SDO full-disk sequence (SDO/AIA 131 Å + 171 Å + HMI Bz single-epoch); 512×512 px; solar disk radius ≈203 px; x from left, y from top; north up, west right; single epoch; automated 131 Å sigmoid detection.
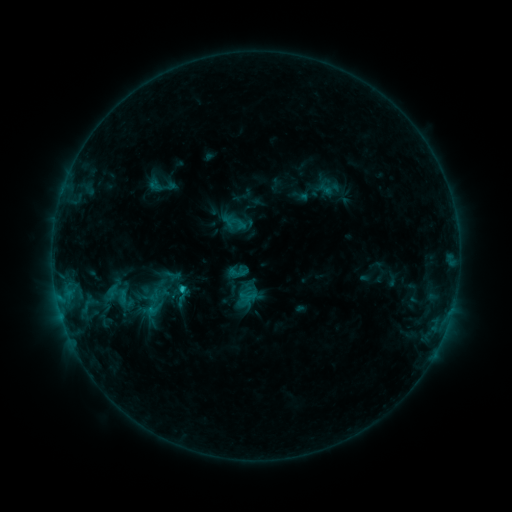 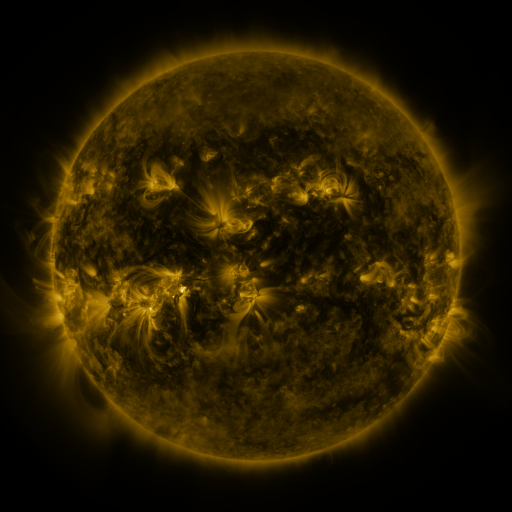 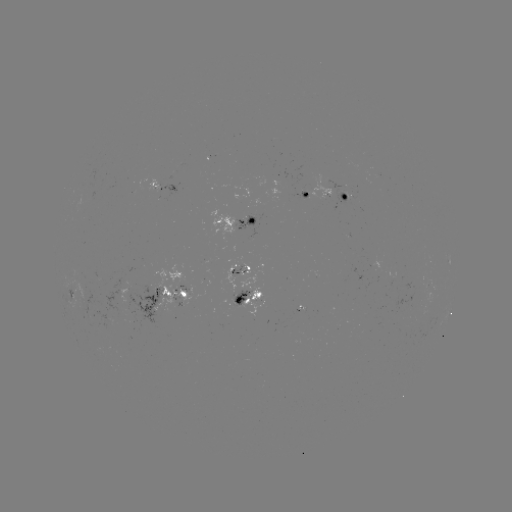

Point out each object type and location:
sigmoid: [92, 278, 142, 316]
sigmoid: [172, 283, 192, 301]
